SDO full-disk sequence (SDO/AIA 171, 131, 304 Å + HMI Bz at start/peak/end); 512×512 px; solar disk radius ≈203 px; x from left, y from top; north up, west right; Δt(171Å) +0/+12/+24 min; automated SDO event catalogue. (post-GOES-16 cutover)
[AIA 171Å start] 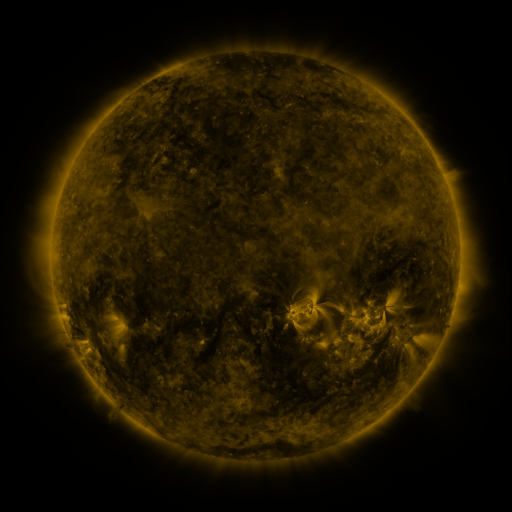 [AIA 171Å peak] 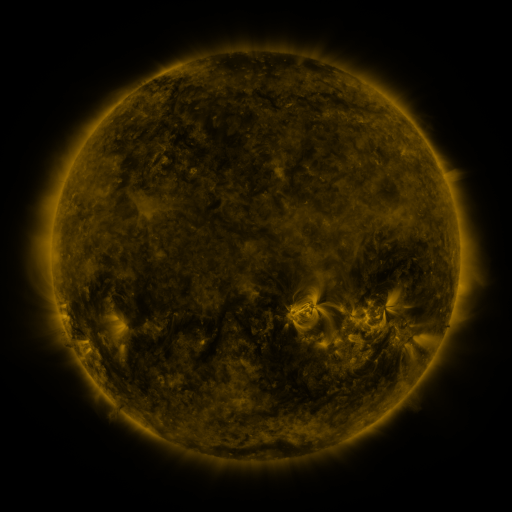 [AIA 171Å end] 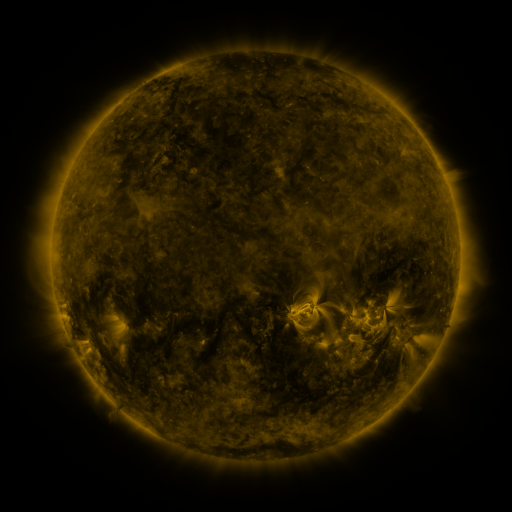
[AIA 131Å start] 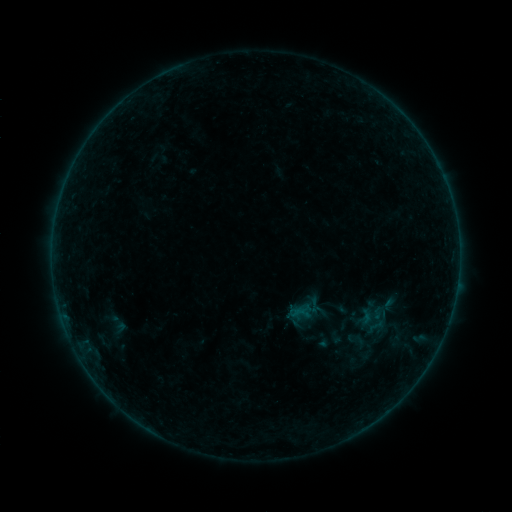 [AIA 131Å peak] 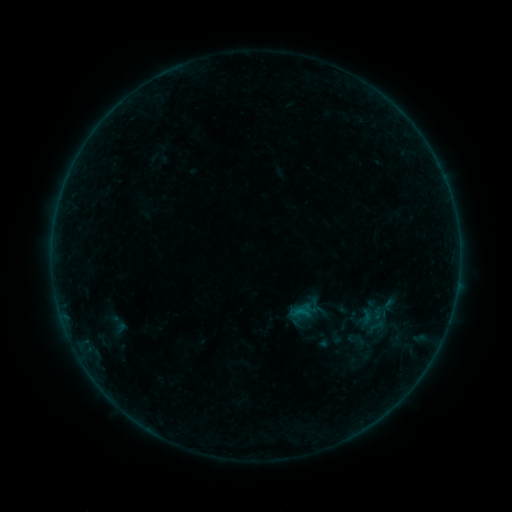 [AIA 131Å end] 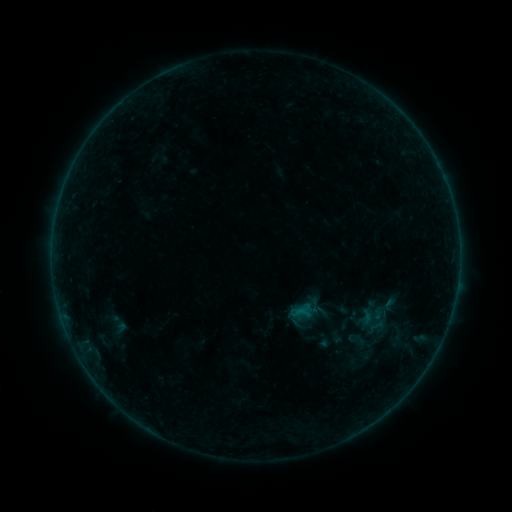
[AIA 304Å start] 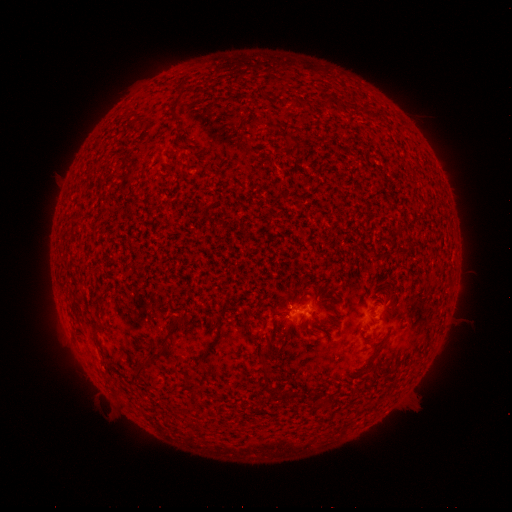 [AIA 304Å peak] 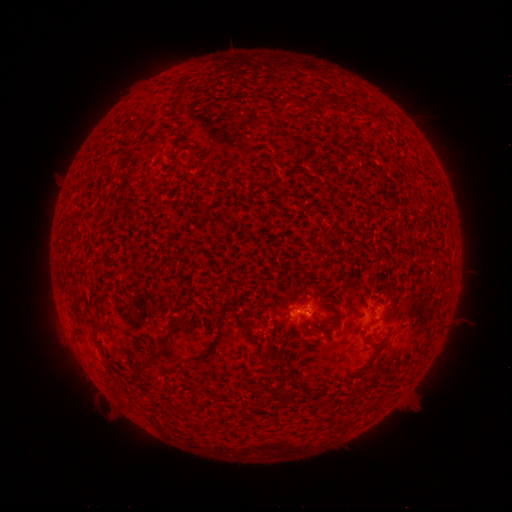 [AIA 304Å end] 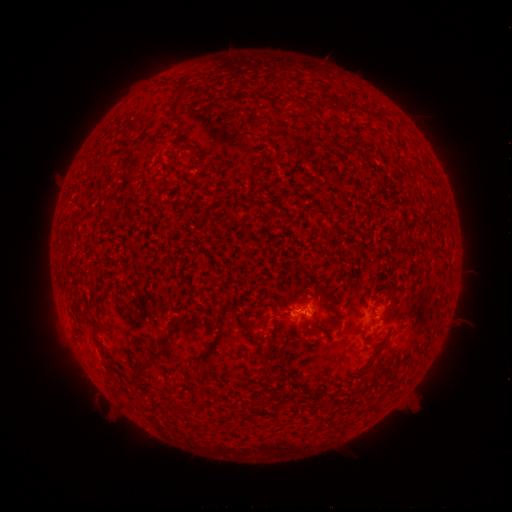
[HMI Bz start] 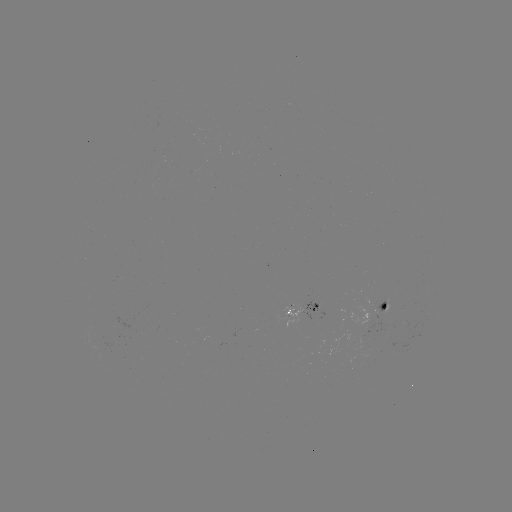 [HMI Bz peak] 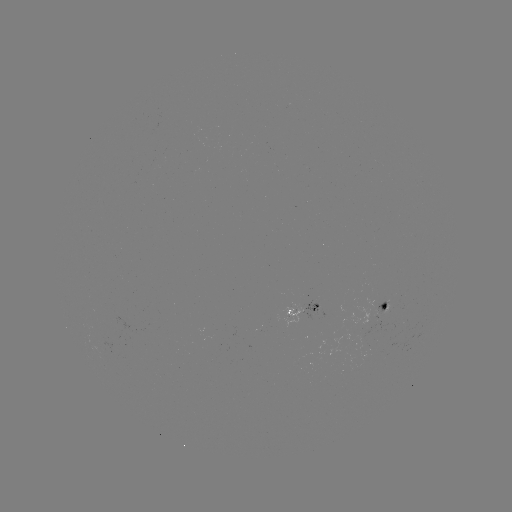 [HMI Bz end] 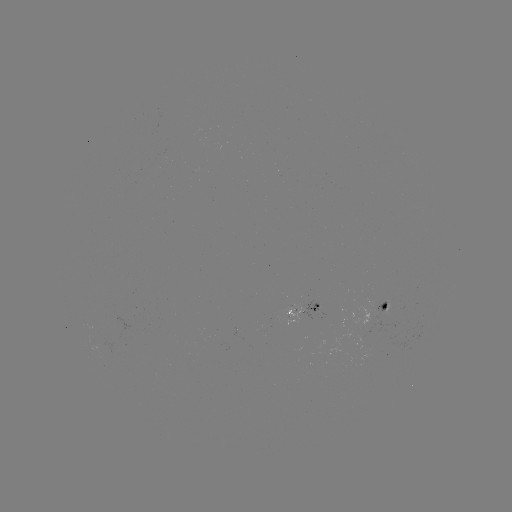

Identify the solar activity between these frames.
B1.8 flare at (302, 309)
